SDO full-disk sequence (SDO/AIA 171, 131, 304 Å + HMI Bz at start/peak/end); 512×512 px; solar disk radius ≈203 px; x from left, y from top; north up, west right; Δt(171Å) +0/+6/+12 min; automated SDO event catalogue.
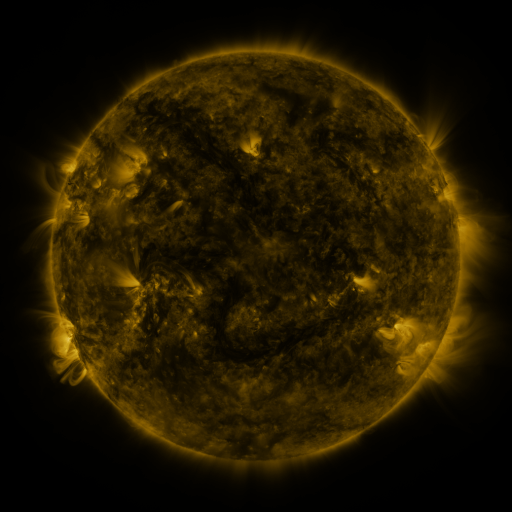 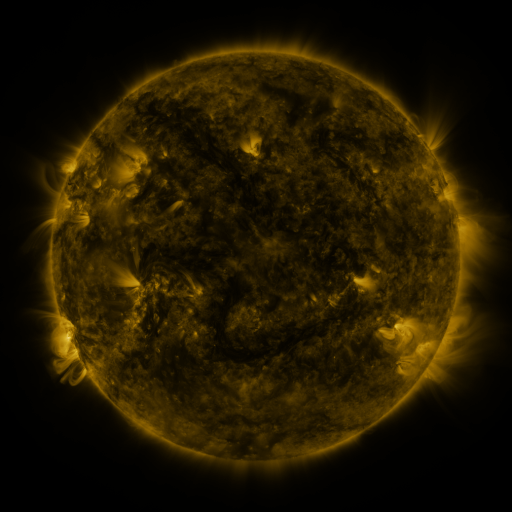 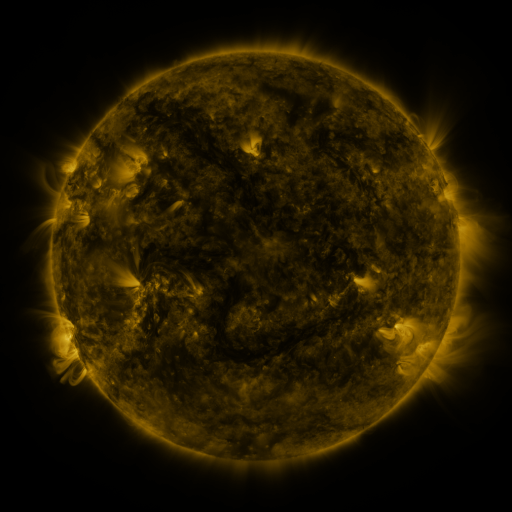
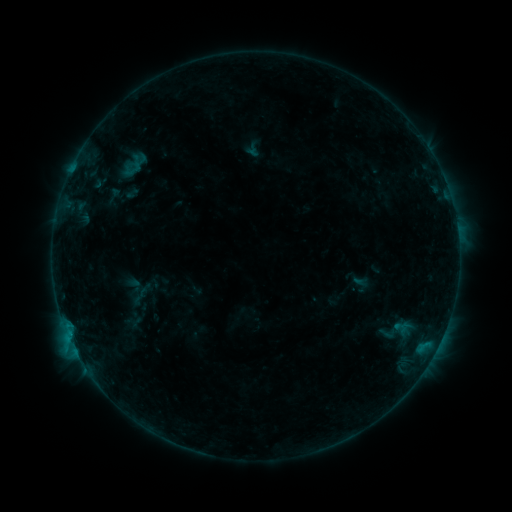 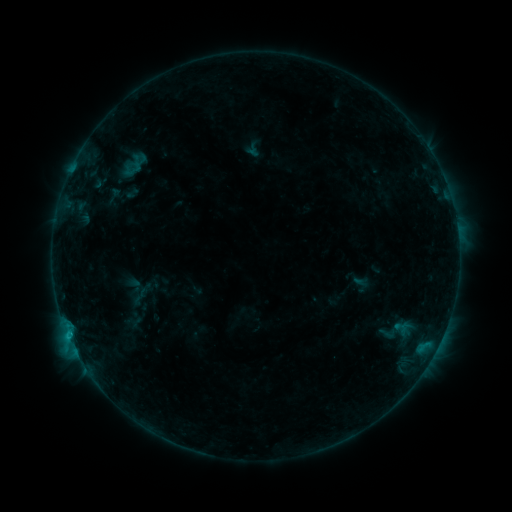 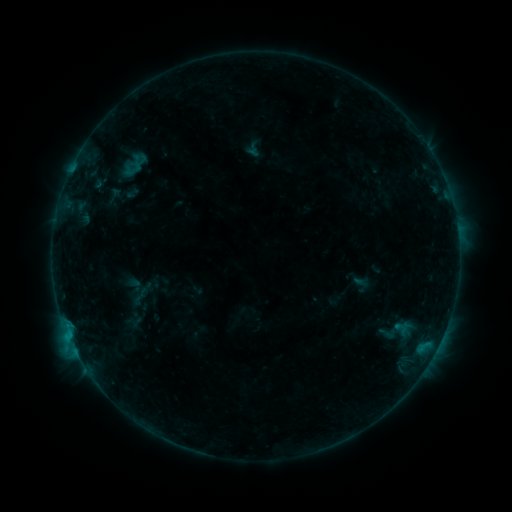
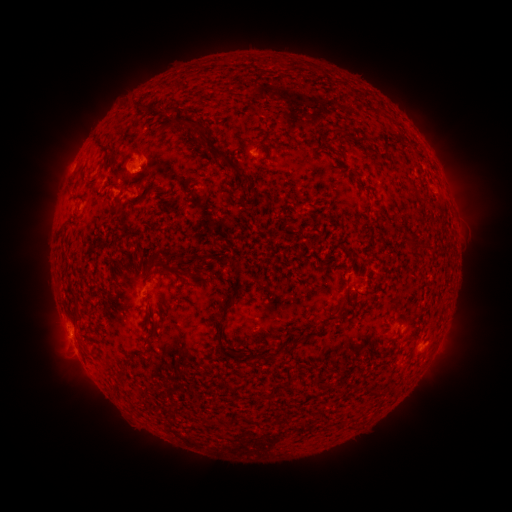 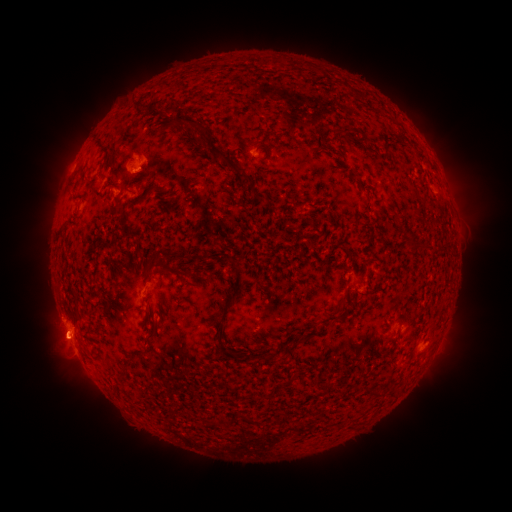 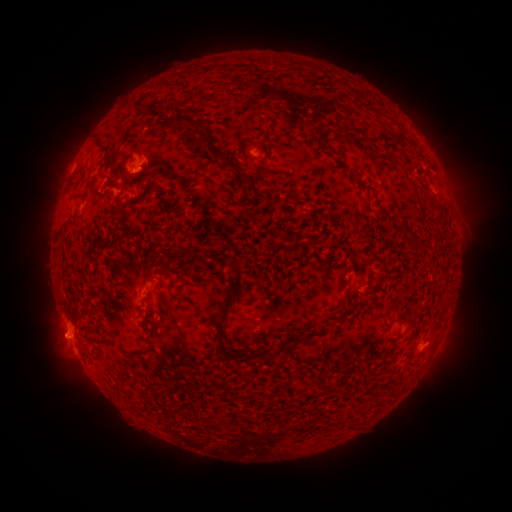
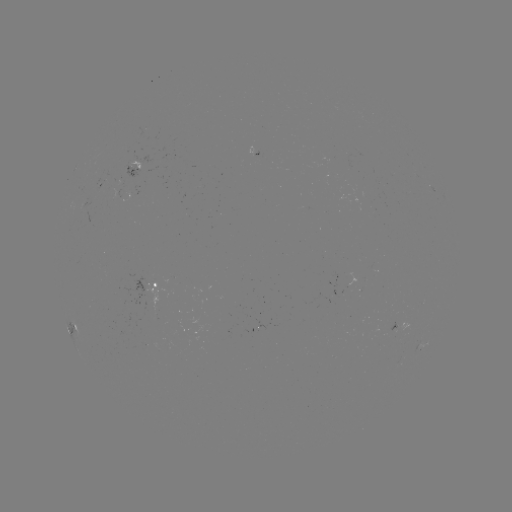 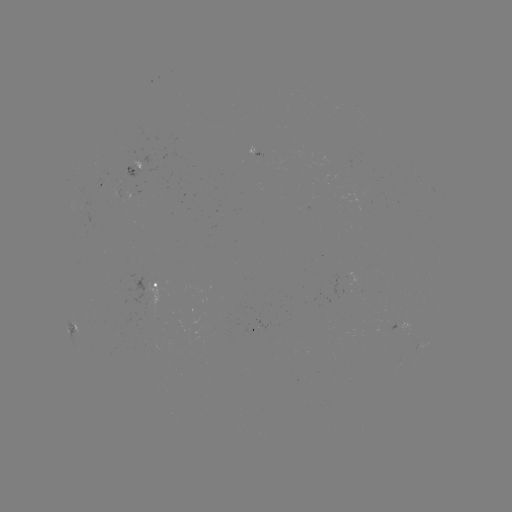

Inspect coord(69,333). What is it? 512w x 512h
B3.8 flare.